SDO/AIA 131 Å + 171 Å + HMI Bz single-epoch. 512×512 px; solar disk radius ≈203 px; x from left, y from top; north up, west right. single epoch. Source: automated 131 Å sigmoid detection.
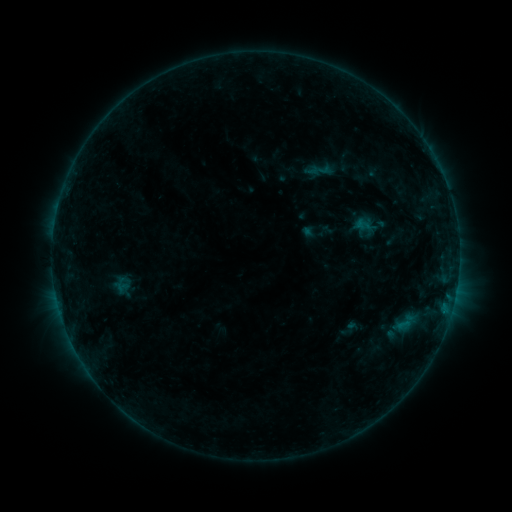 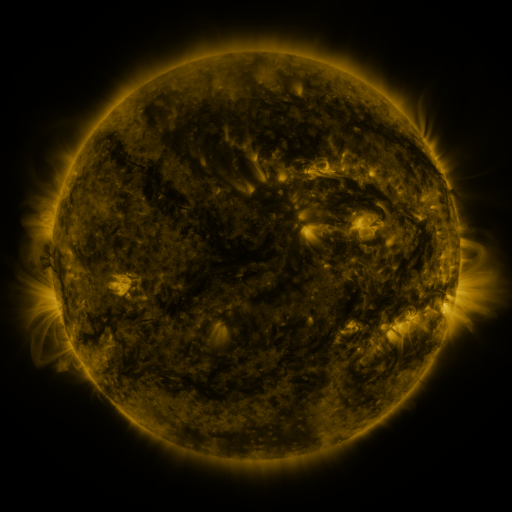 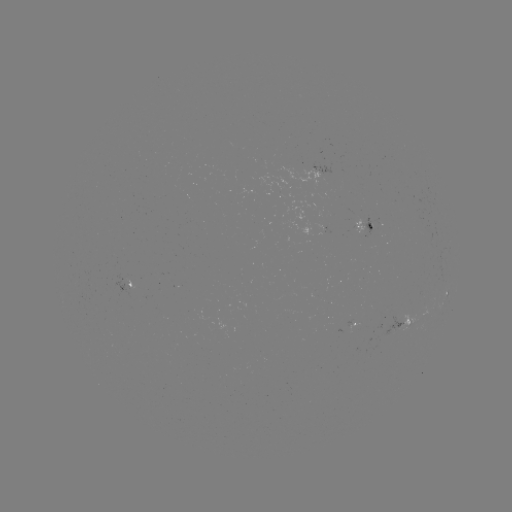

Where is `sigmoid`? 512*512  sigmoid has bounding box [305, 158, 335, 181].